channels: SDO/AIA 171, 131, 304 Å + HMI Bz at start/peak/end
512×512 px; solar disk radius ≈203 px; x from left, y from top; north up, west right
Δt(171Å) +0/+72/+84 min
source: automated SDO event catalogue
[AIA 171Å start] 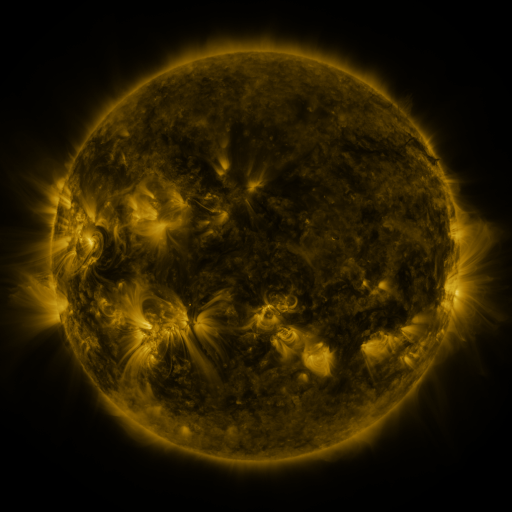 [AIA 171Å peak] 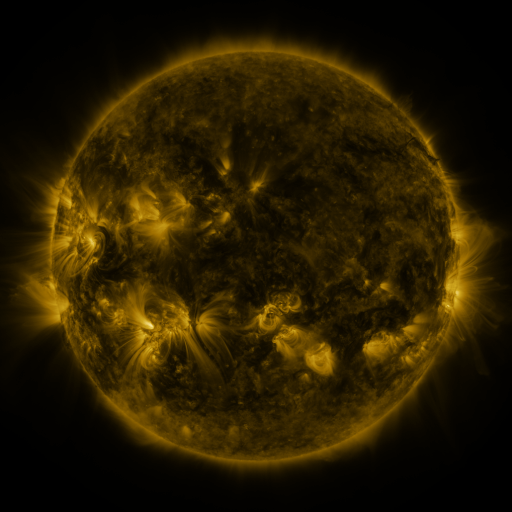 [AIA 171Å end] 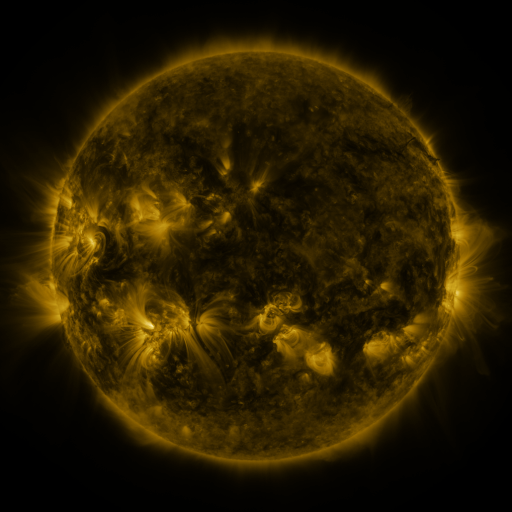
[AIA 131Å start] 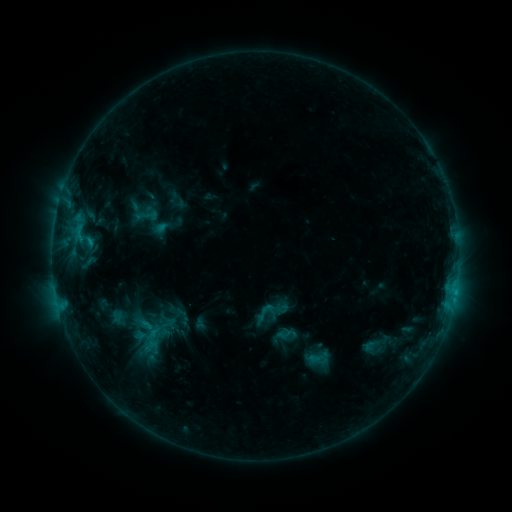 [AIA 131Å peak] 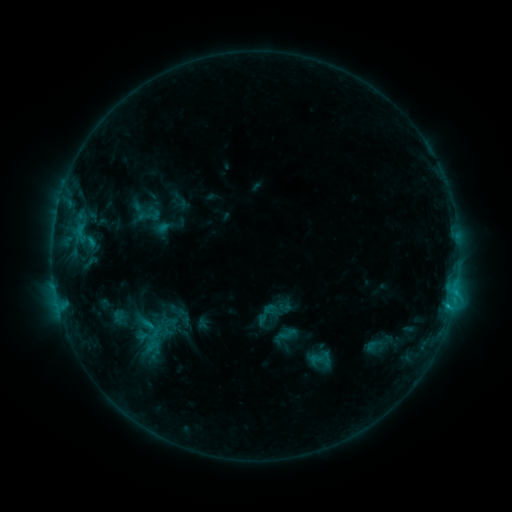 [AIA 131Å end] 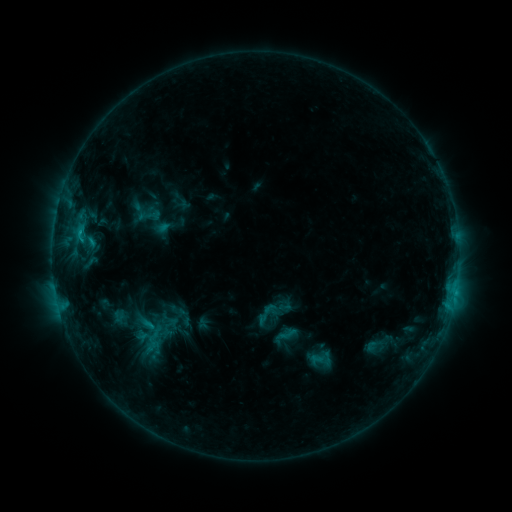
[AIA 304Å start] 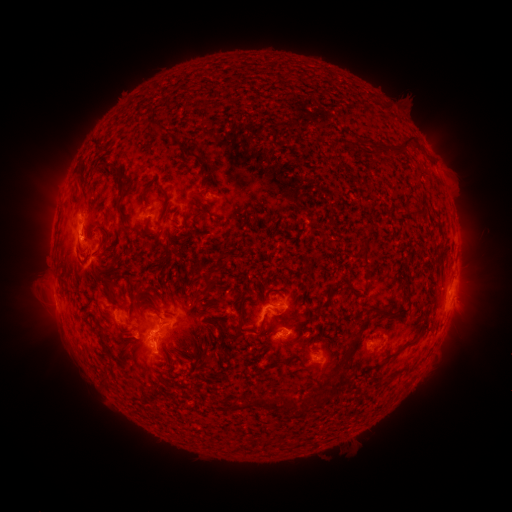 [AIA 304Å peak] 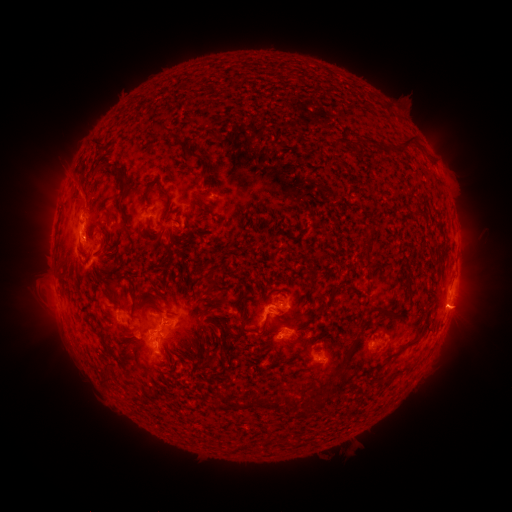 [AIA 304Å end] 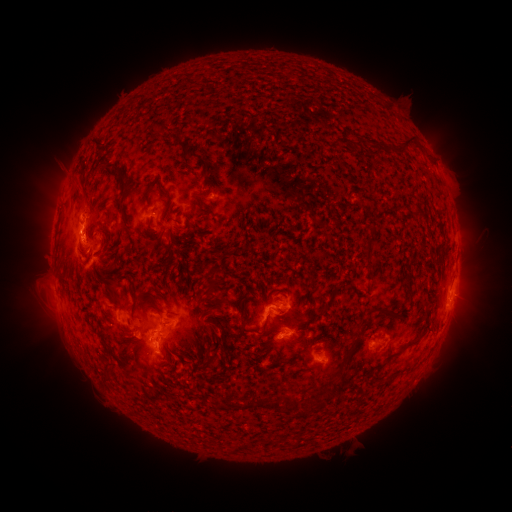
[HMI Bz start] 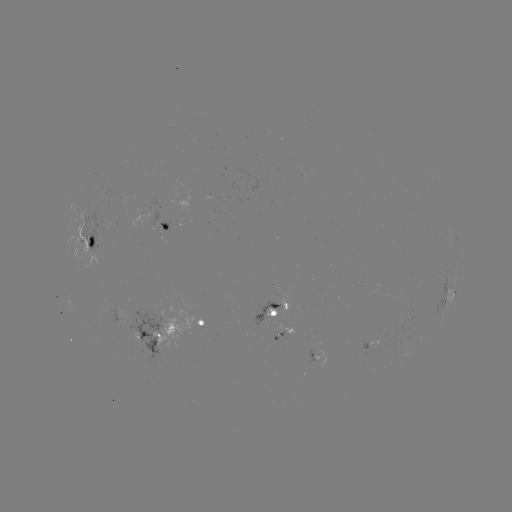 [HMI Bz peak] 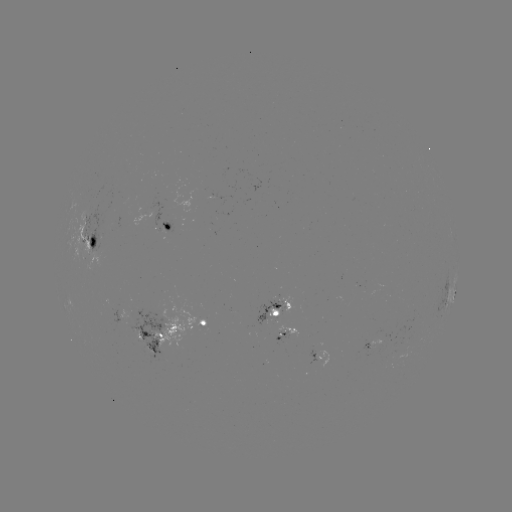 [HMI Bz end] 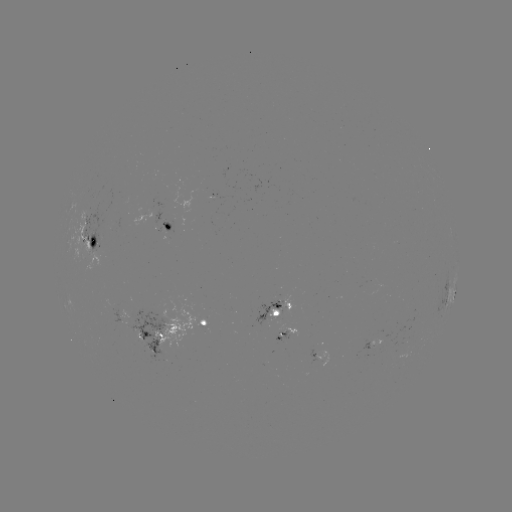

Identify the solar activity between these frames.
emerging-flux region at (202, 326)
